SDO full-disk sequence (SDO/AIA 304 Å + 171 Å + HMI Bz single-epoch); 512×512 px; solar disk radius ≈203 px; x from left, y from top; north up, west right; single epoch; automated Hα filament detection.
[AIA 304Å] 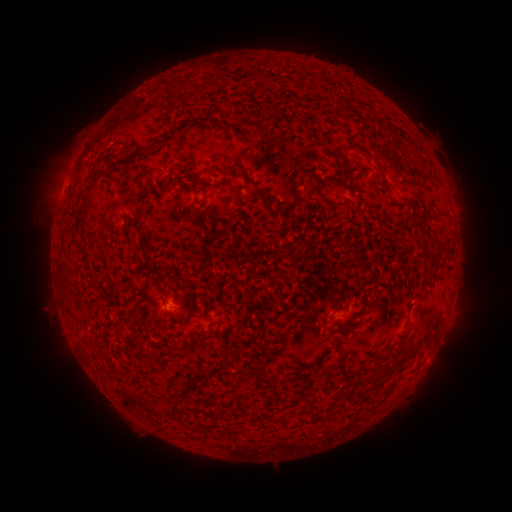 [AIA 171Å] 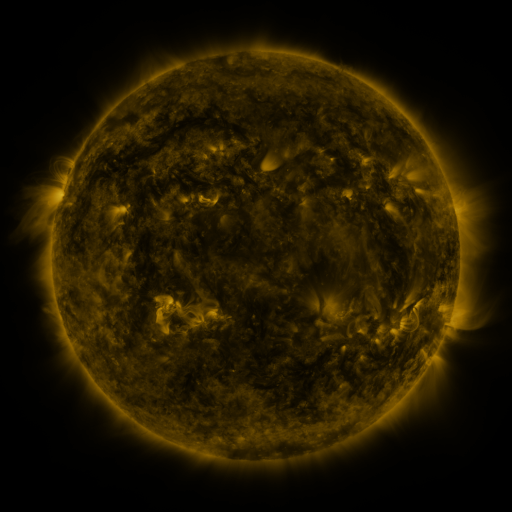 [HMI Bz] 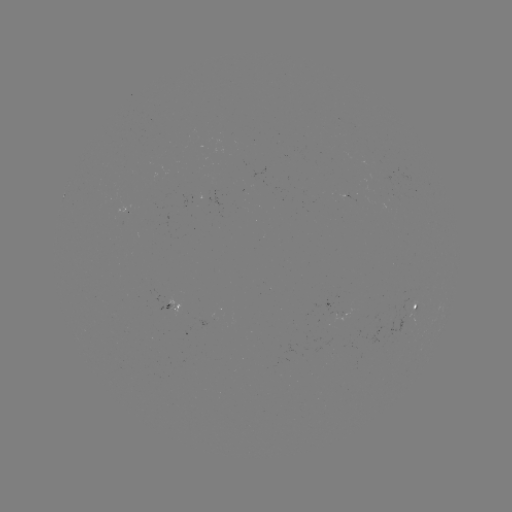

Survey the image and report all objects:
filament: (177, 80, 191, 88)
filament: (298, 118, 307, 127)
filament: (161, 129, 170, 143)
filament: (241, 145, 252, 156)
filament: (377, 164, 386, 178)
filament: (235, 166, 279, 206)
filament: (189, 168, 206, 182)
filament: (327, 178, 338, 187)
filament: (230, 184, 243, 202)
filament: (314, 187, 341, 209)
filament: (76, 211, 91, 226)
filament: (136, 217, 148, 230)
filament: (425, 240, 445, 272)
filament: (141, 248, 150, 258)
filament: (343, 301, 350, 313)
filament: (208, 326, 218, 336)
filament: (251, 333, 261, 340)
filament: (172, 362, 226, 399)
filament: (382, 363, 394, 374)
filament: (285, 374, 300, 384)
filament: (119, 386, 132, 404)
filament: (338, 387, 351, 402)
filament: (141, 397, 180, 417)
filament: (298, 399, 307, 412)
